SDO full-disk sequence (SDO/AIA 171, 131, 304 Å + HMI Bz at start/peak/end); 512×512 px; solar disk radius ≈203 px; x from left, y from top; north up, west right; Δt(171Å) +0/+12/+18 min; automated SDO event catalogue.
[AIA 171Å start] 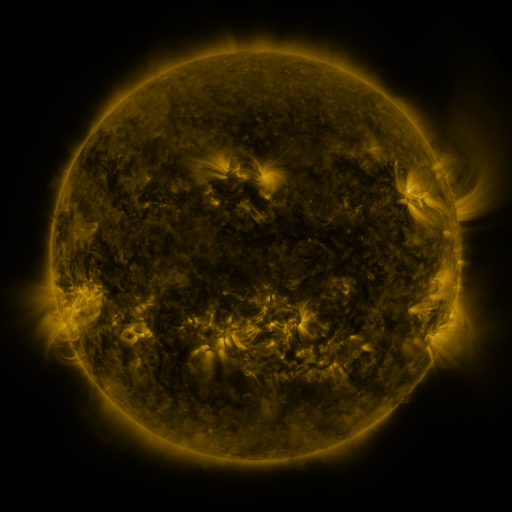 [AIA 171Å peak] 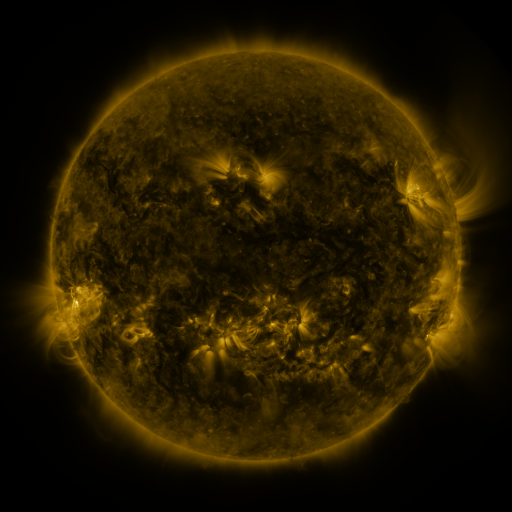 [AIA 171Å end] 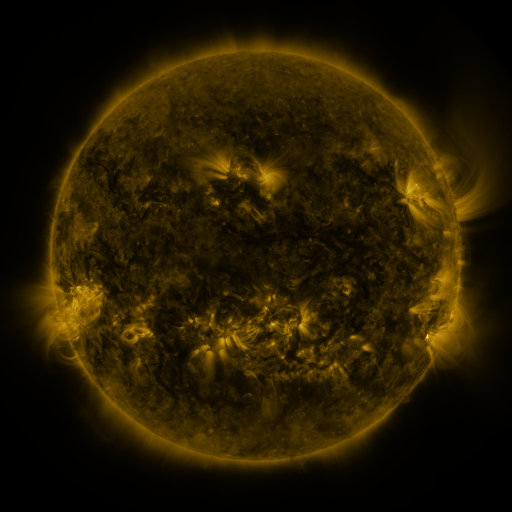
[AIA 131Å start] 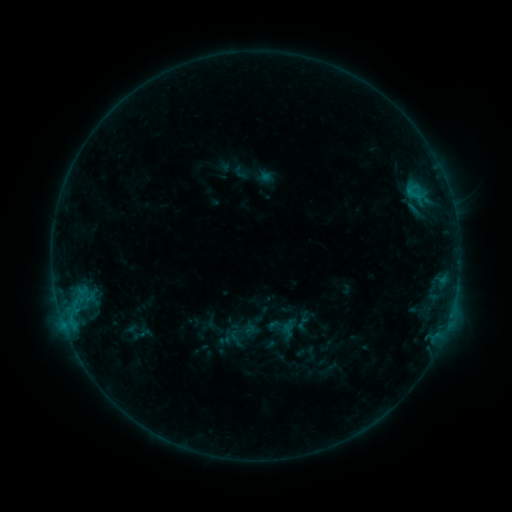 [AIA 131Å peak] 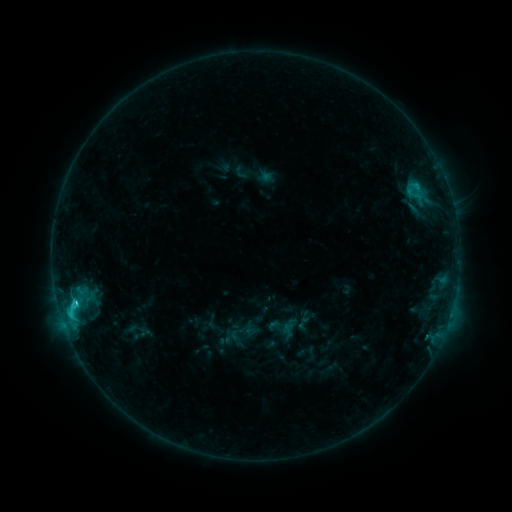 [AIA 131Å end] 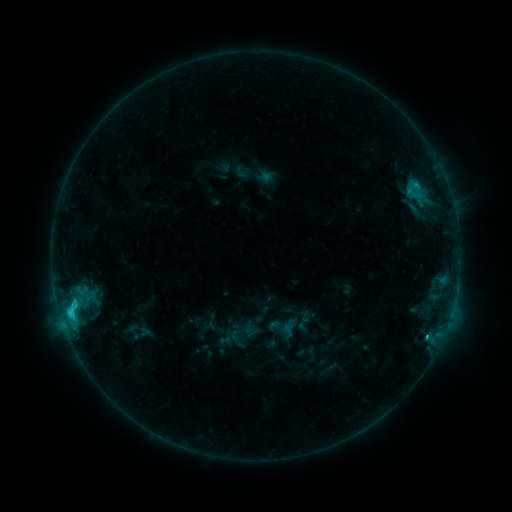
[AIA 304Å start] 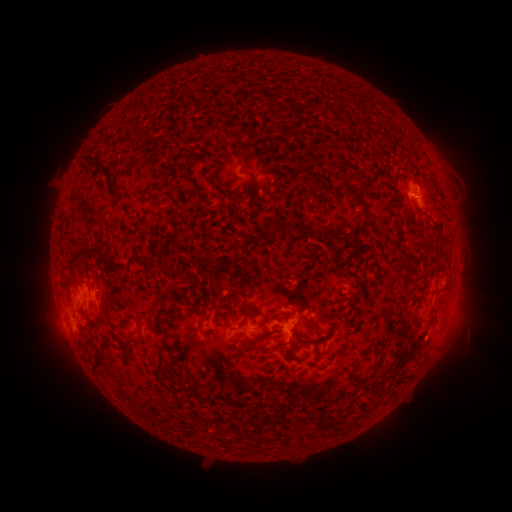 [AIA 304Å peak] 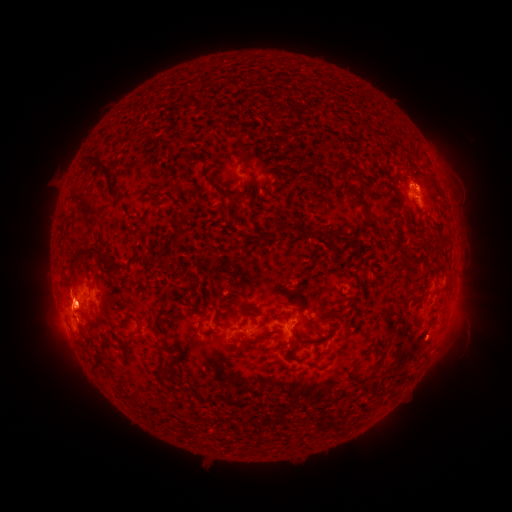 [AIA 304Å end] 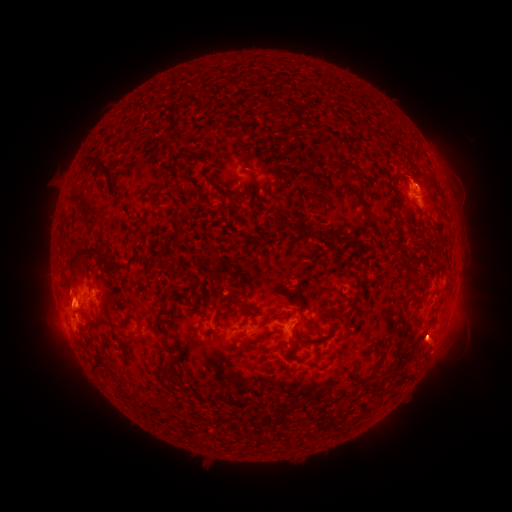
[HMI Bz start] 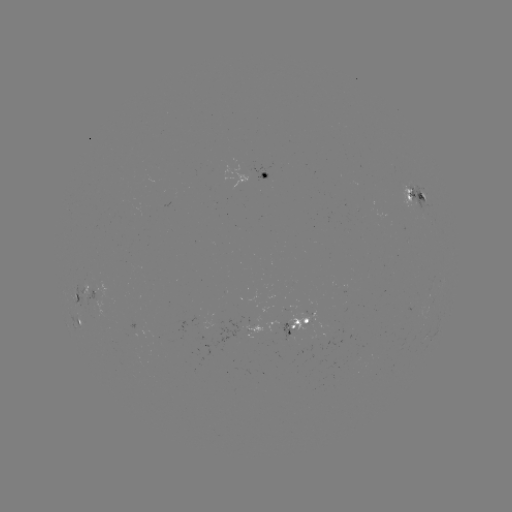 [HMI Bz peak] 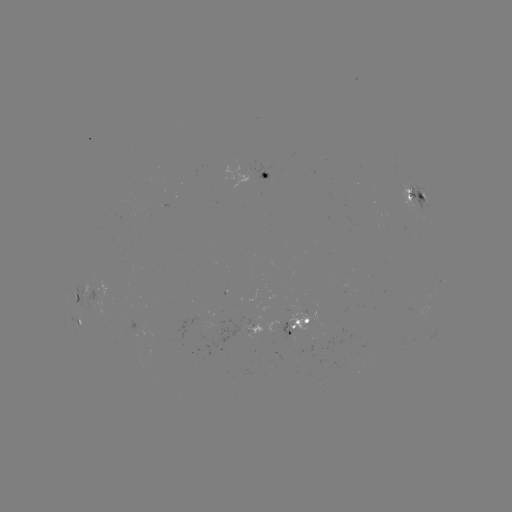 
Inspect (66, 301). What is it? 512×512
eruption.